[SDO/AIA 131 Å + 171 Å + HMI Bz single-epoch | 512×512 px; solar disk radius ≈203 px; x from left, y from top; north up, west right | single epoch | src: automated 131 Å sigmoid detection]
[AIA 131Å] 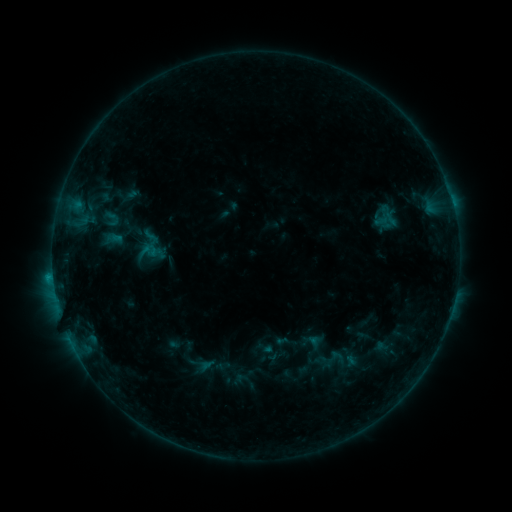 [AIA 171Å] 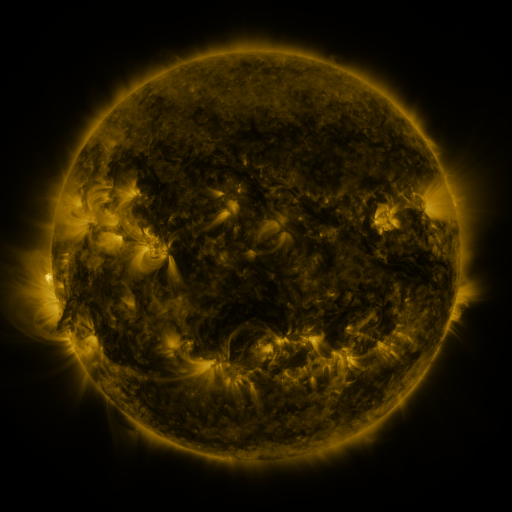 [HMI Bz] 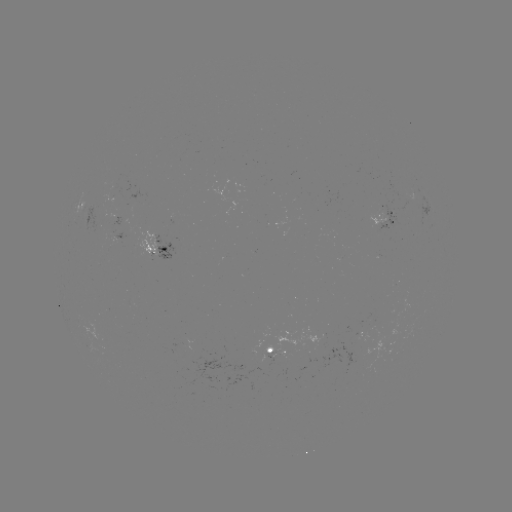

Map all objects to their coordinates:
sigmoid: (101, 206, 121, 231)
sigmoid: (320, 345, 347, 372)
